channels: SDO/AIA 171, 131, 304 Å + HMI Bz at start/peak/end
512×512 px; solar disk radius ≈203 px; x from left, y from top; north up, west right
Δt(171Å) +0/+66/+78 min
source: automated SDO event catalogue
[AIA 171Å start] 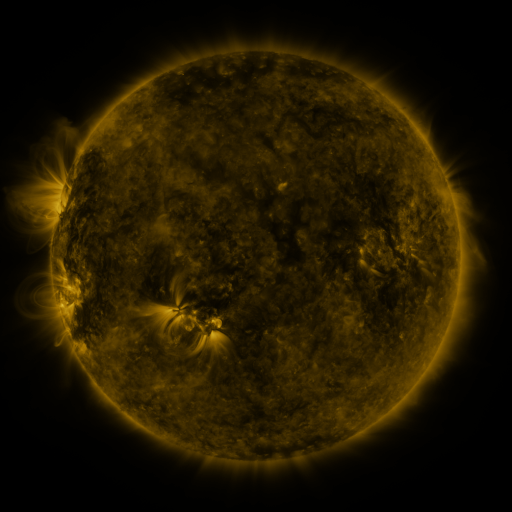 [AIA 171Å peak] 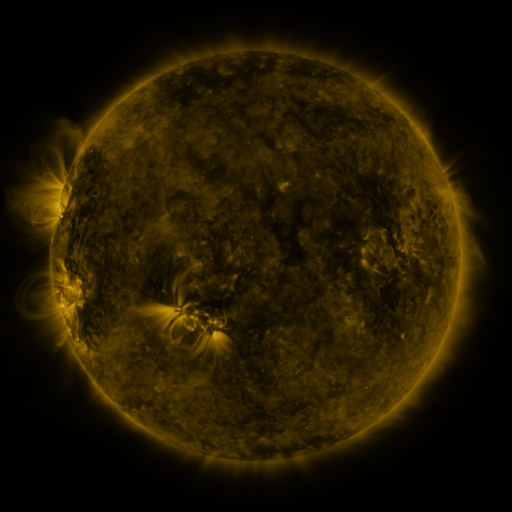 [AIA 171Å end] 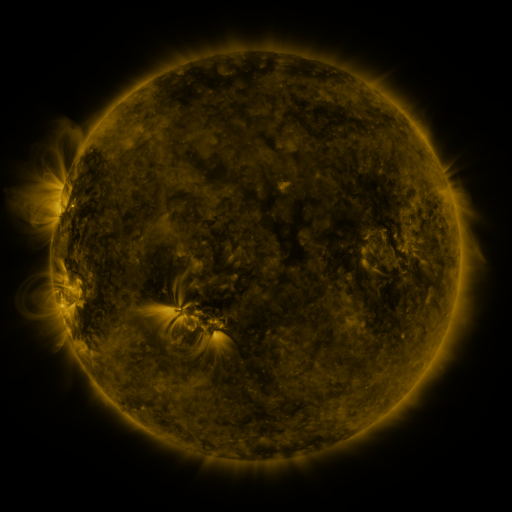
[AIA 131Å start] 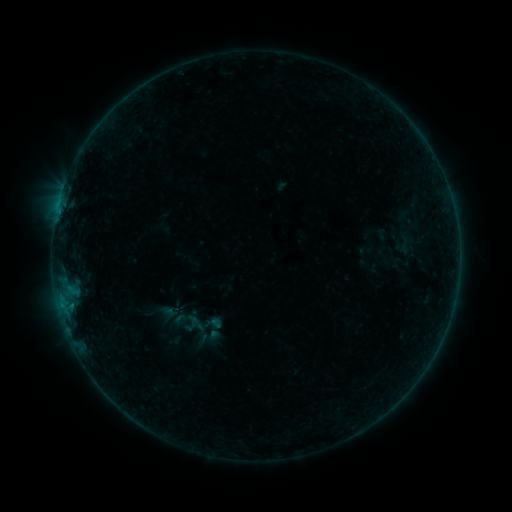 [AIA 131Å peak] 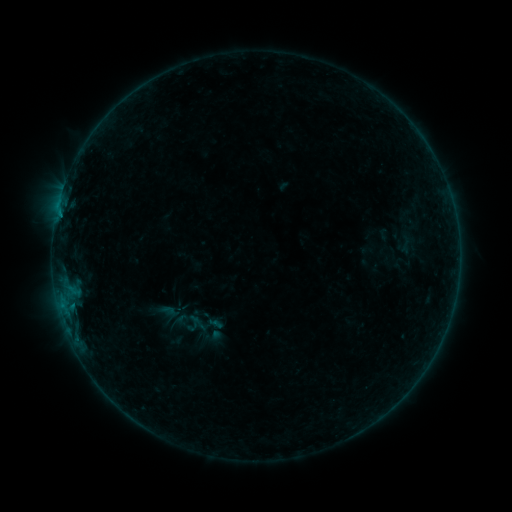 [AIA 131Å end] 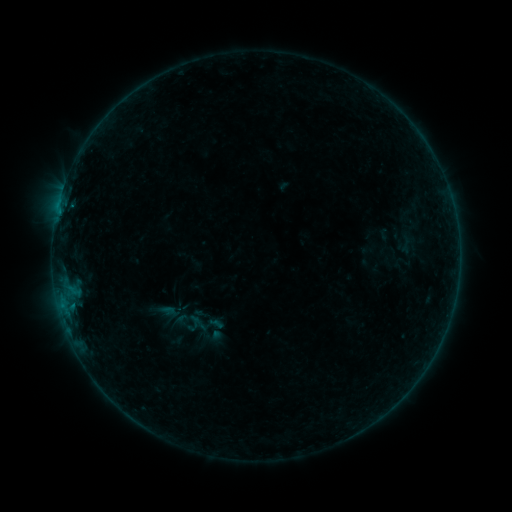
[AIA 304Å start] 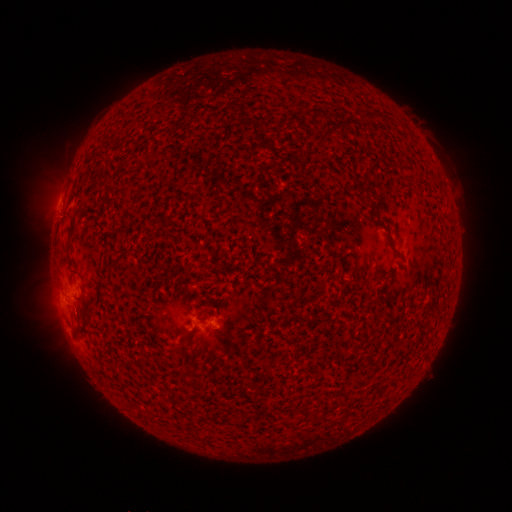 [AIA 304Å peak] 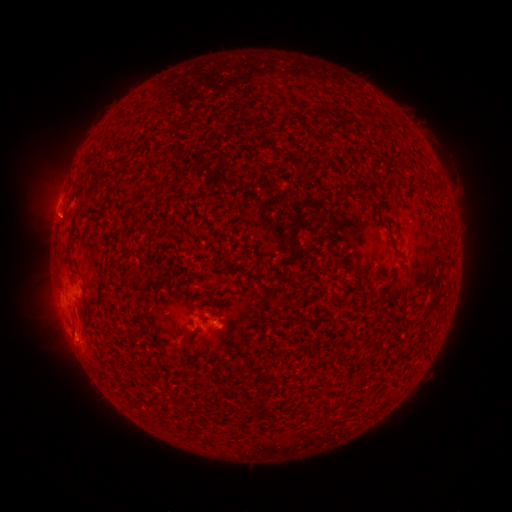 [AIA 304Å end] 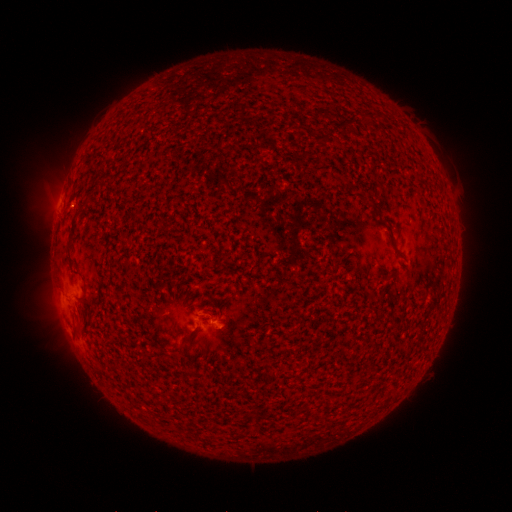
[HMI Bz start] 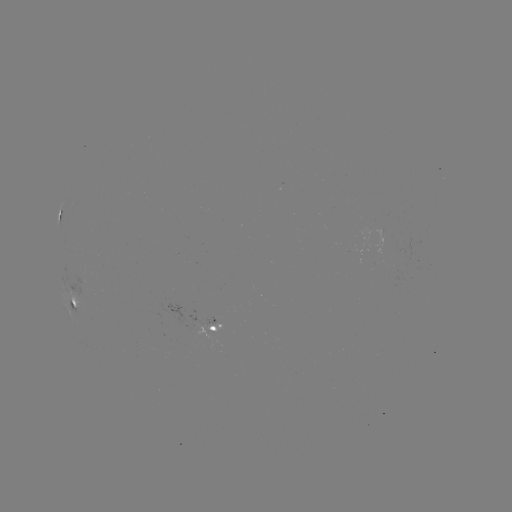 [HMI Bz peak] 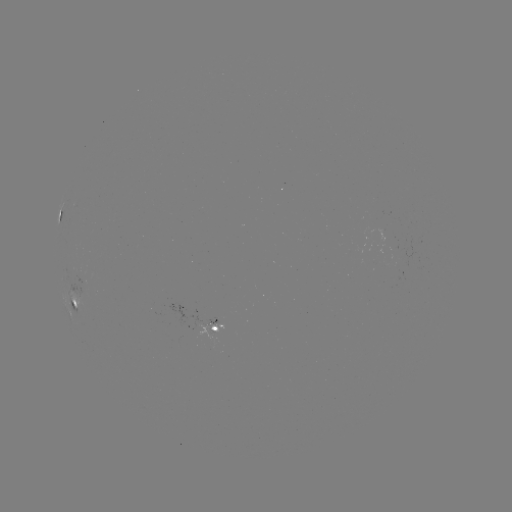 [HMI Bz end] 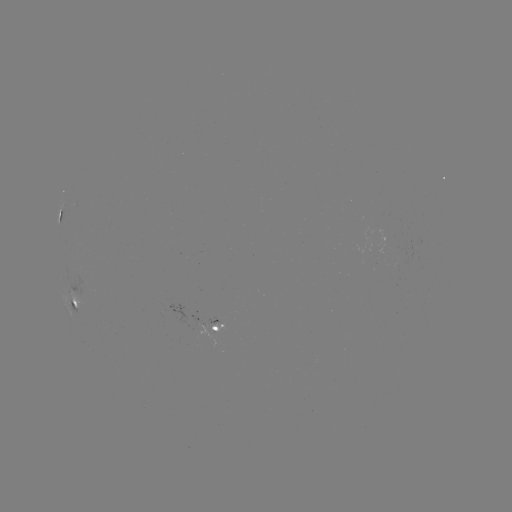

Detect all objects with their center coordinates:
emerging-flux region: (217, 319)
